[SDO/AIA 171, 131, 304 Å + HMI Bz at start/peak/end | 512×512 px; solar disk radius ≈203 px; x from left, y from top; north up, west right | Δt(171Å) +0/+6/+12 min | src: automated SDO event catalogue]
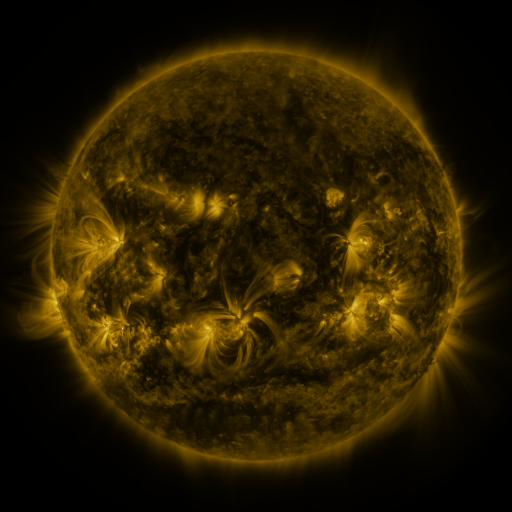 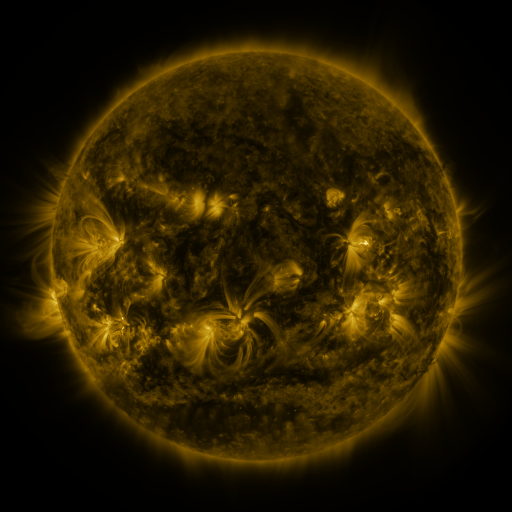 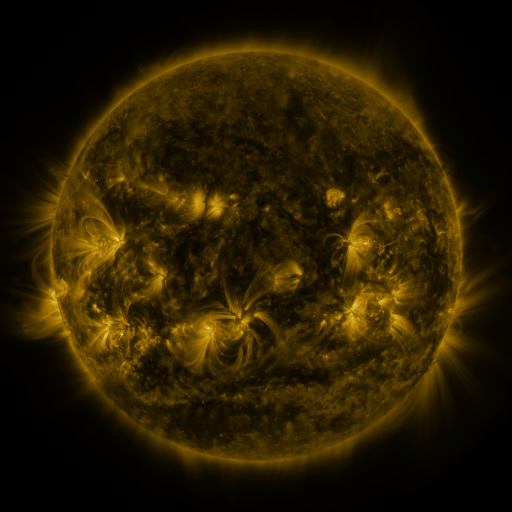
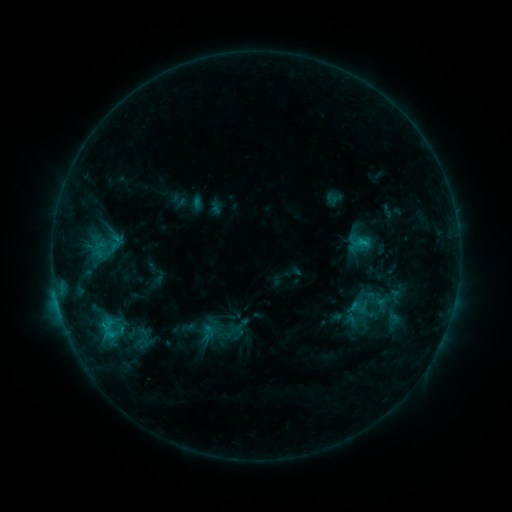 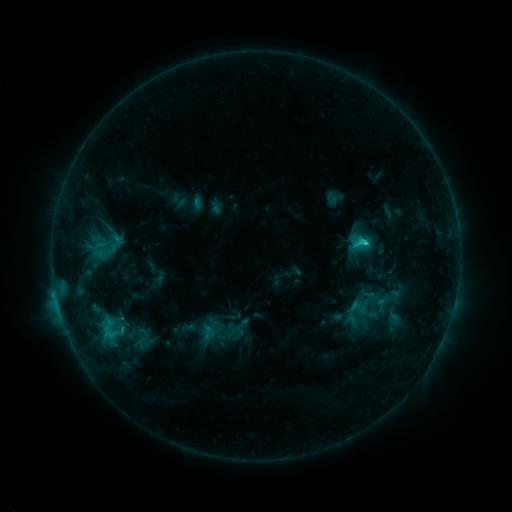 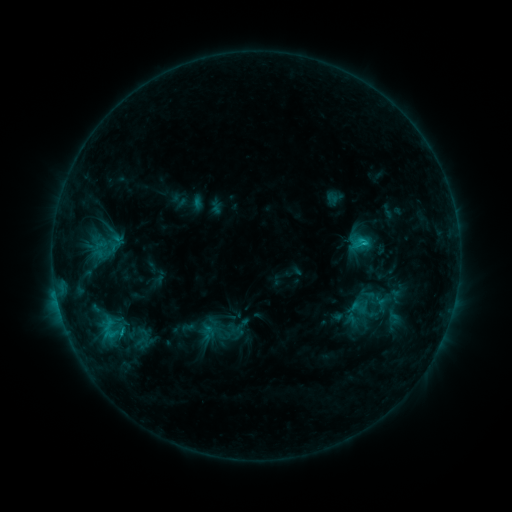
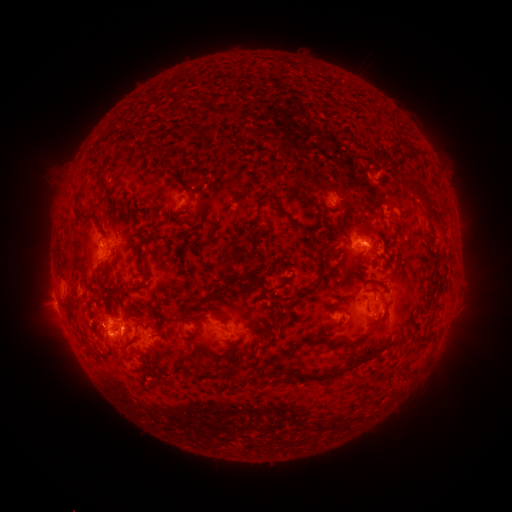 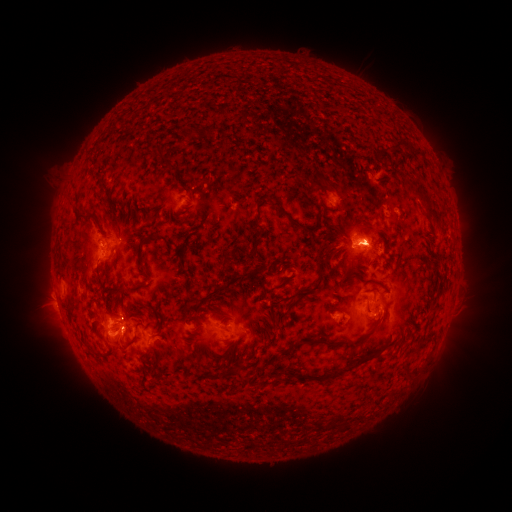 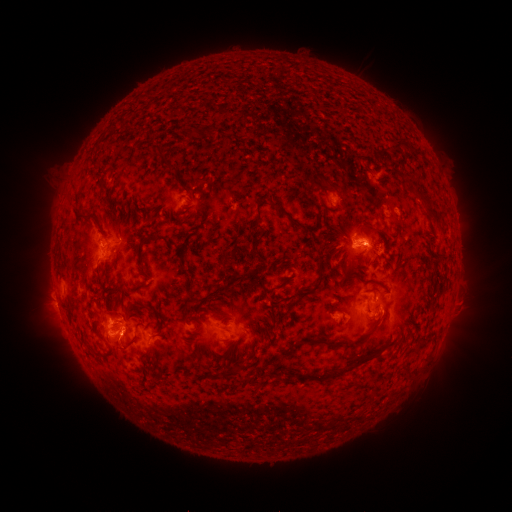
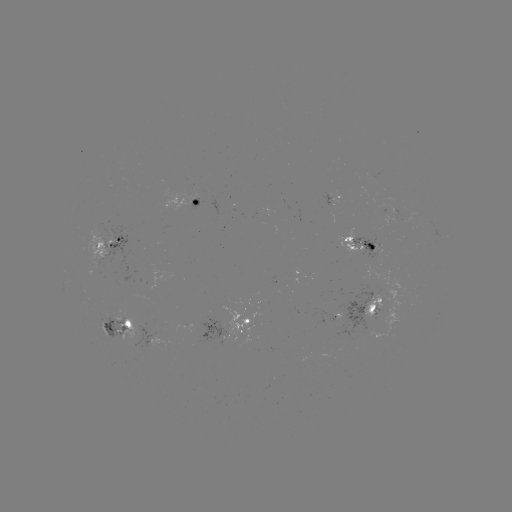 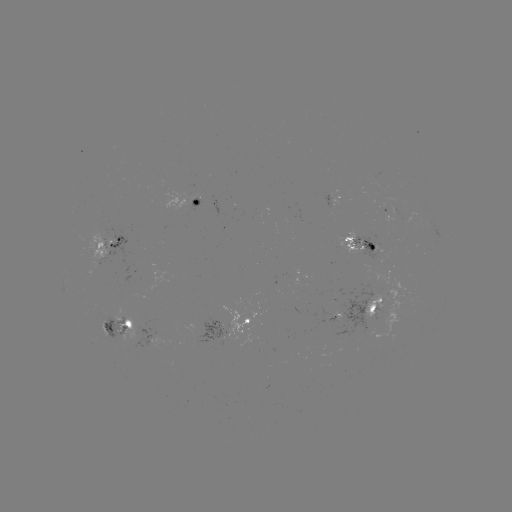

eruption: (334, 212, 401, 264)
